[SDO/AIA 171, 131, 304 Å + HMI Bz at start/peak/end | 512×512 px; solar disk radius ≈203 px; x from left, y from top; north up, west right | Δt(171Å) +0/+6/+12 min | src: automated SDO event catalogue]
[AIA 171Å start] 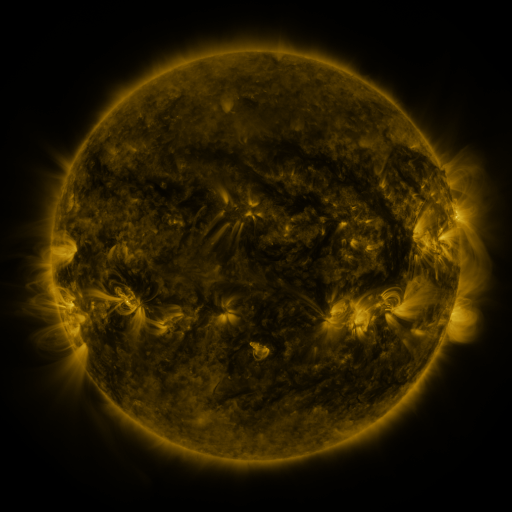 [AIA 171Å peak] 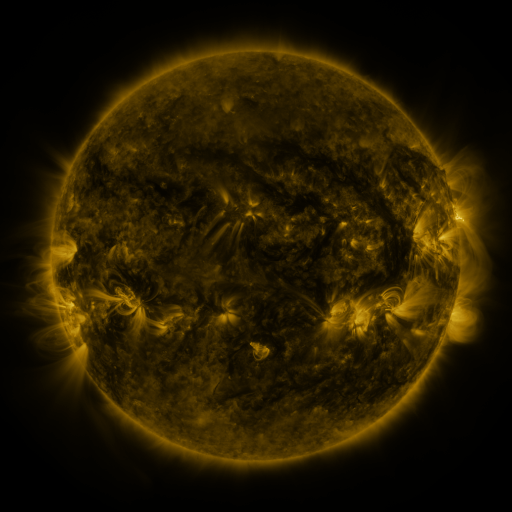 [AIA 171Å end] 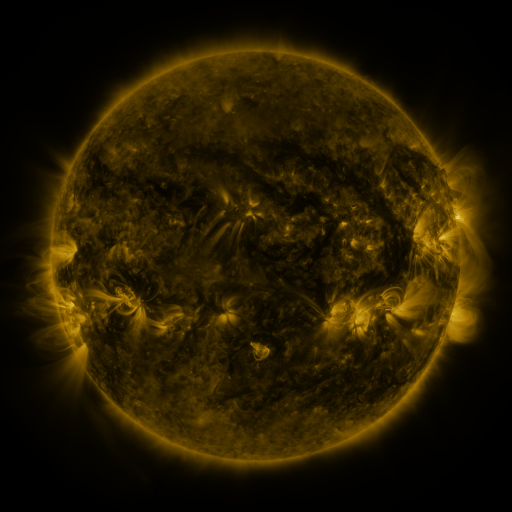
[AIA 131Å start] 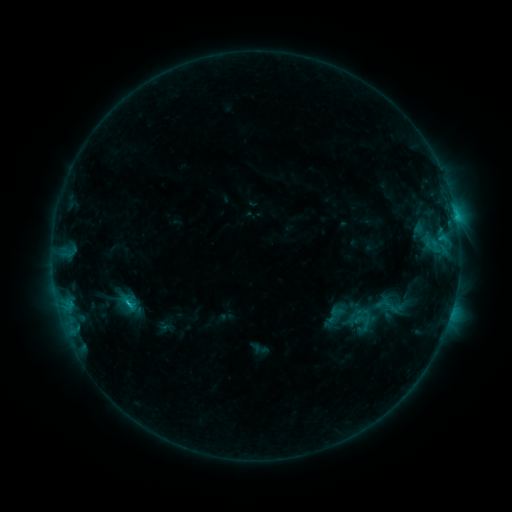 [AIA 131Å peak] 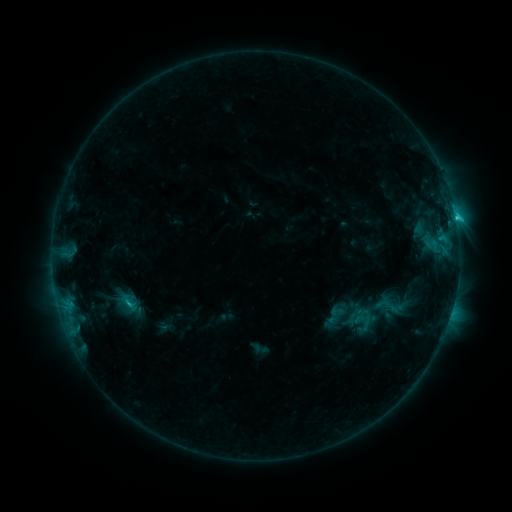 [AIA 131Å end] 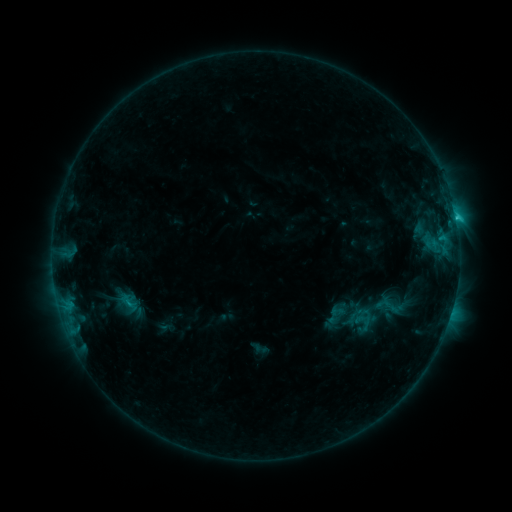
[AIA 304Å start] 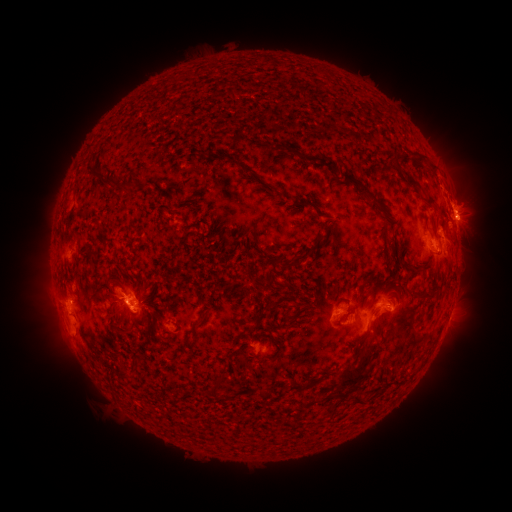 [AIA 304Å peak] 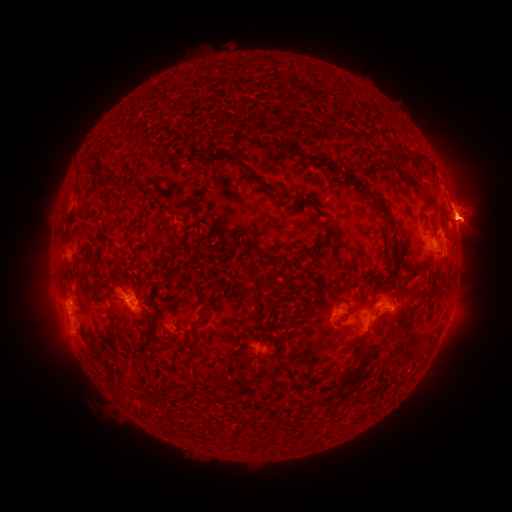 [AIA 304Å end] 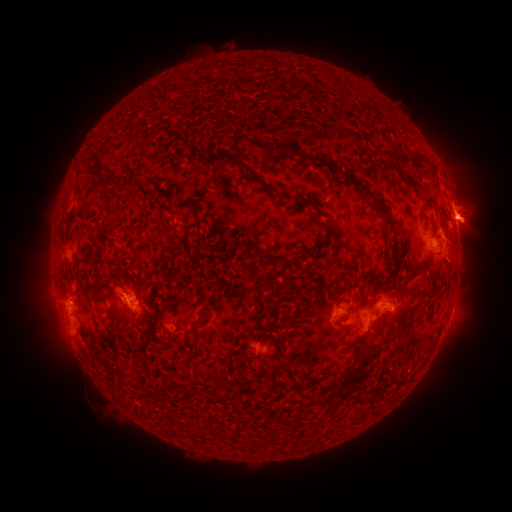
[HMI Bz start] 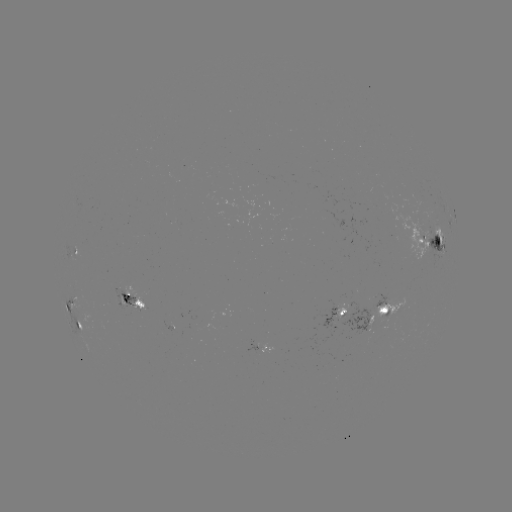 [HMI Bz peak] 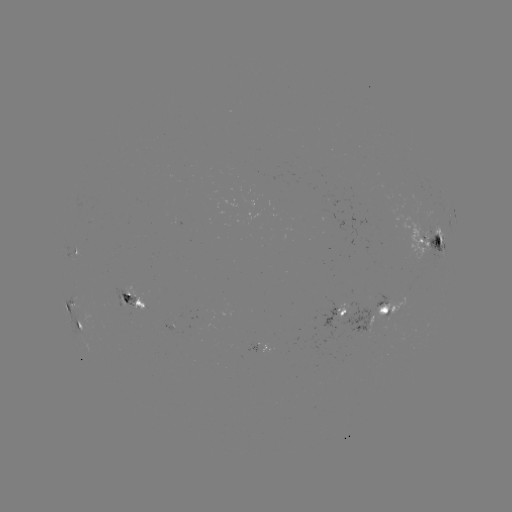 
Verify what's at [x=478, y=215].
eruption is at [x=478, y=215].